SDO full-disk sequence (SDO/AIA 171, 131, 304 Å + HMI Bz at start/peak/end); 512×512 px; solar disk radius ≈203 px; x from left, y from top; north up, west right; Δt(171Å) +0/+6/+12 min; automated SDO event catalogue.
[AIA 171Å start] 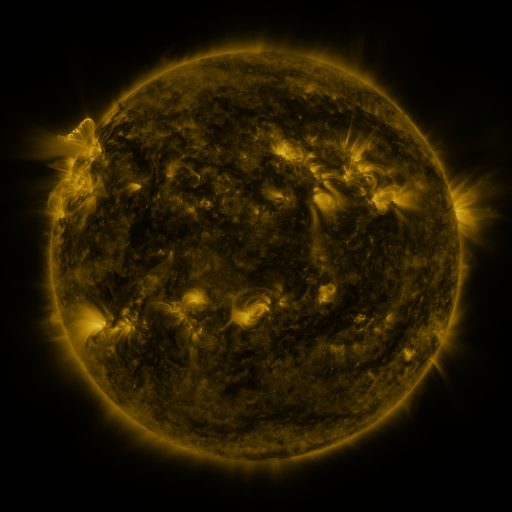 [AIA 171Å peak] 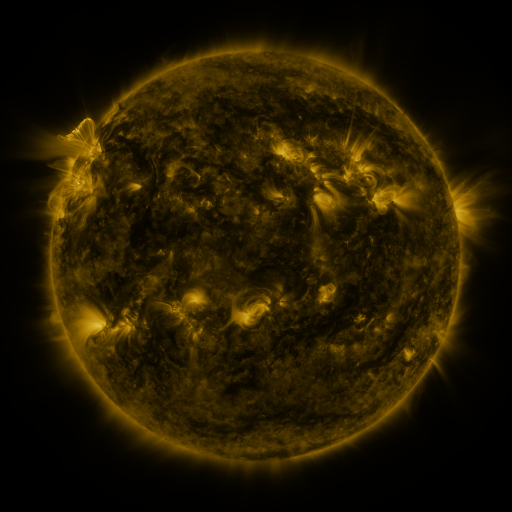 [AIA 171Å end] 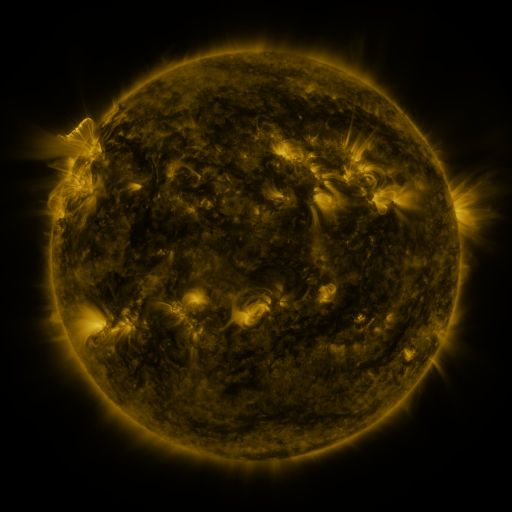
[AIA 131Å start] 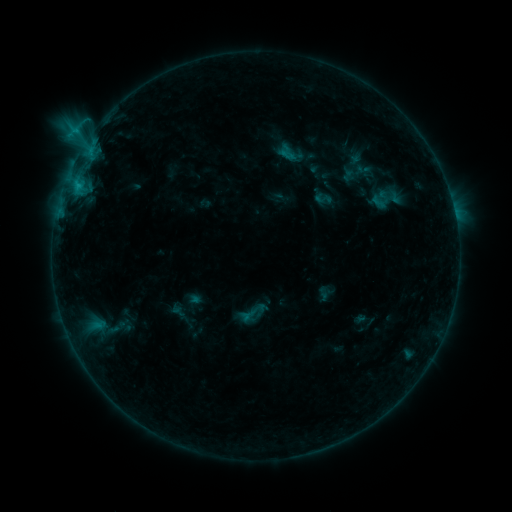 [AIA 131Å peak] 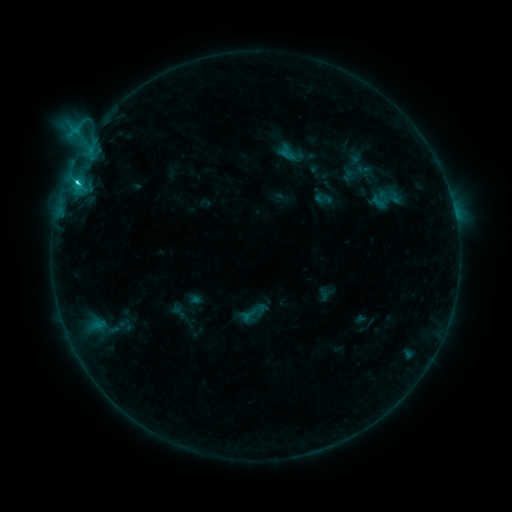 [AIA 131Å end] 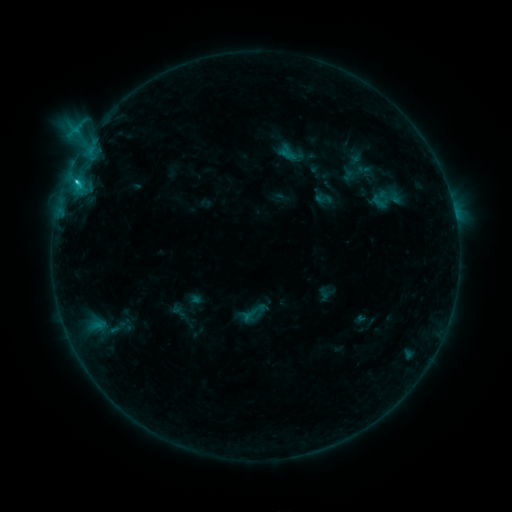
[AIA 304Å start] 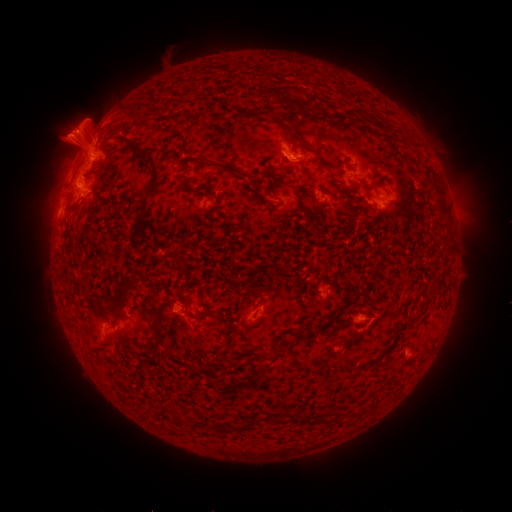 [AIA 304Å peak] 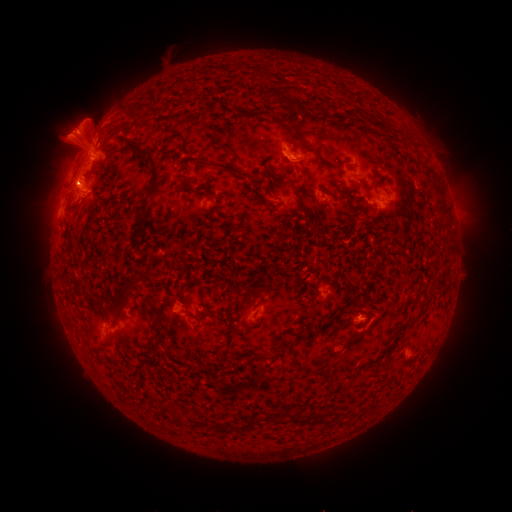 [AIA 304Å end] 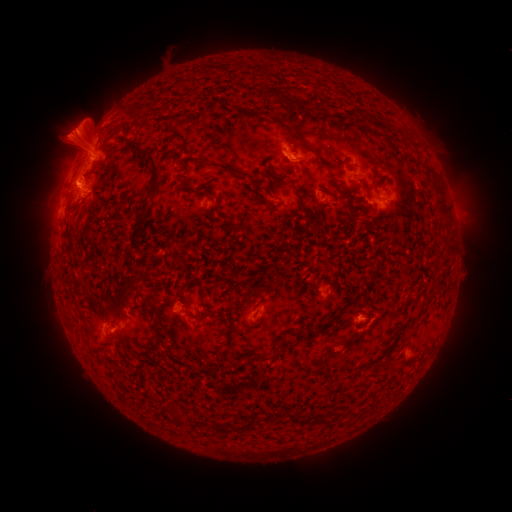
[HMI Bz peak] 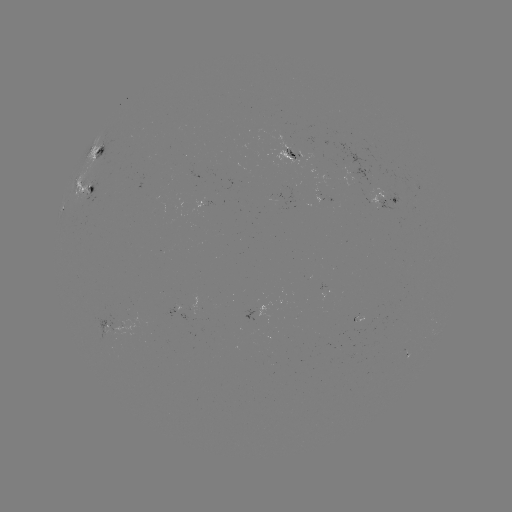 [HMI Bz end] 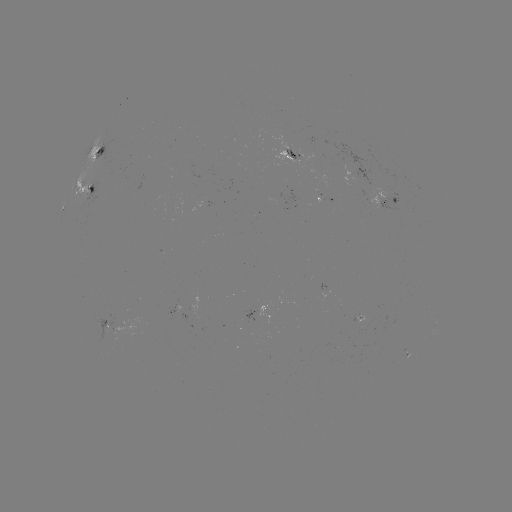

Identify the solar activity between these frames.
C3.9 flare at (78, 183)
